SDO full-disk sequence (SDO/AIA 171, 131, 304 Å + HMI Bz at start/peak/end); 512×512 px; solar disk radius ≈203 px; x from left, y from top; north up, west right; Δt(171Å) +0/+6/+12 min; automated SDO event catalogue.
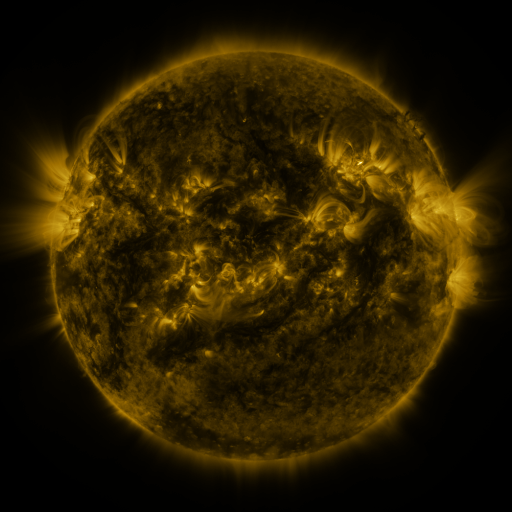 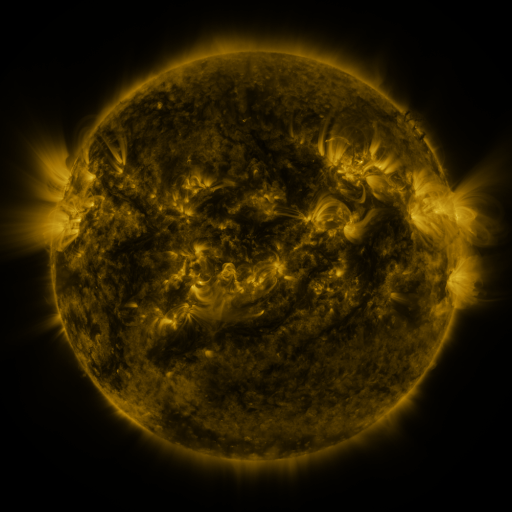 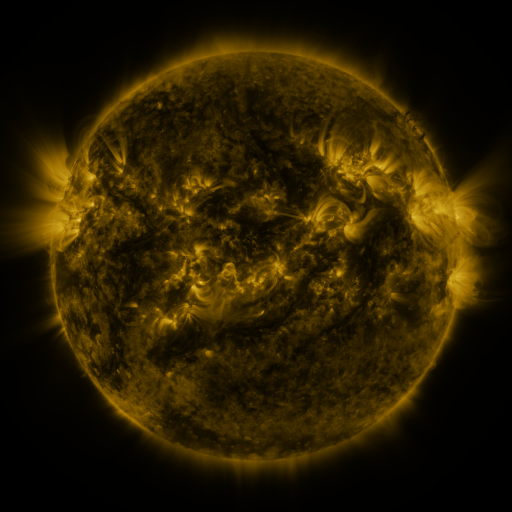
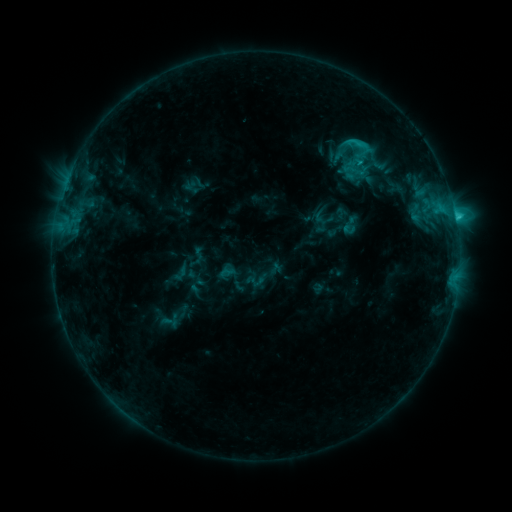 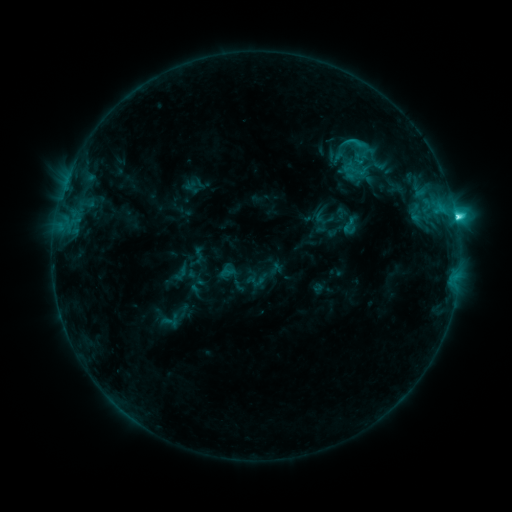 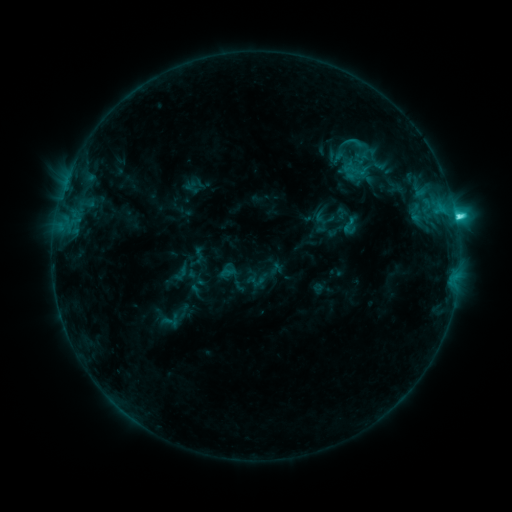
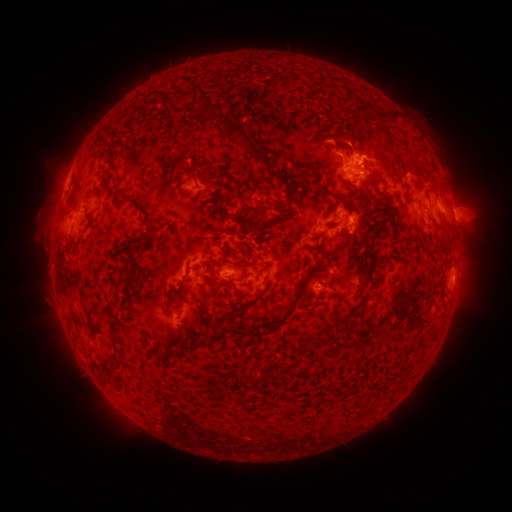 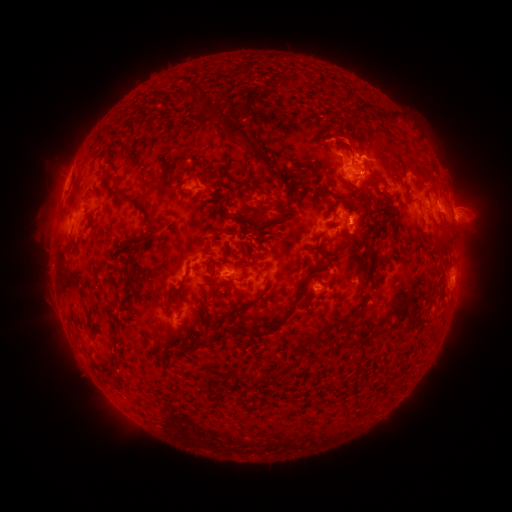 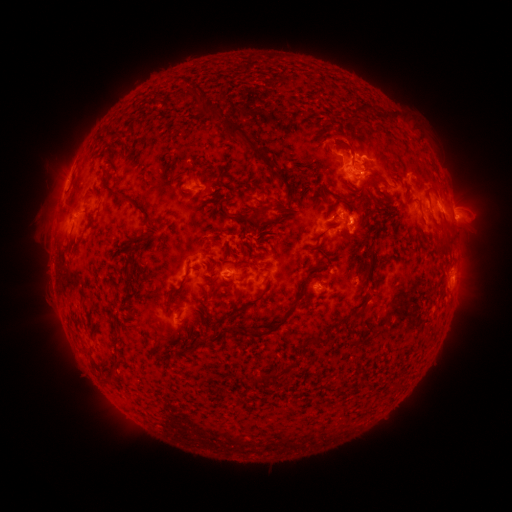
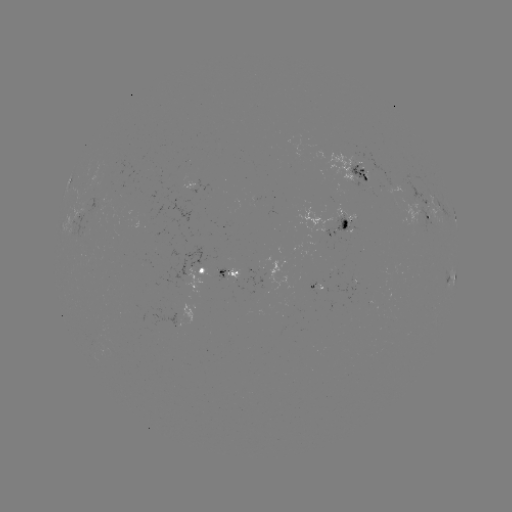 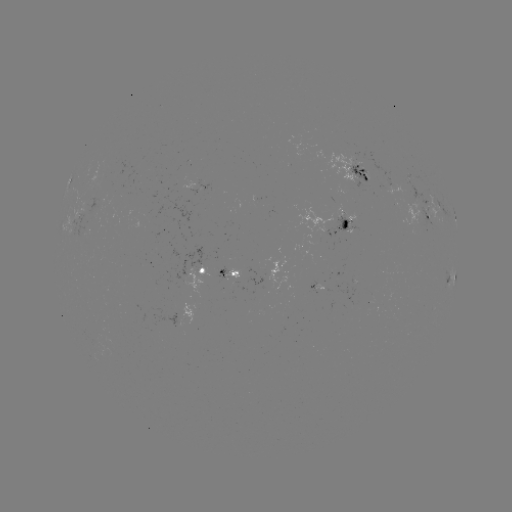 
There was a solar flare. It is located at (348, 222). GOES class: C4.6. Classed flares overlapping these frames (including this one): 1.